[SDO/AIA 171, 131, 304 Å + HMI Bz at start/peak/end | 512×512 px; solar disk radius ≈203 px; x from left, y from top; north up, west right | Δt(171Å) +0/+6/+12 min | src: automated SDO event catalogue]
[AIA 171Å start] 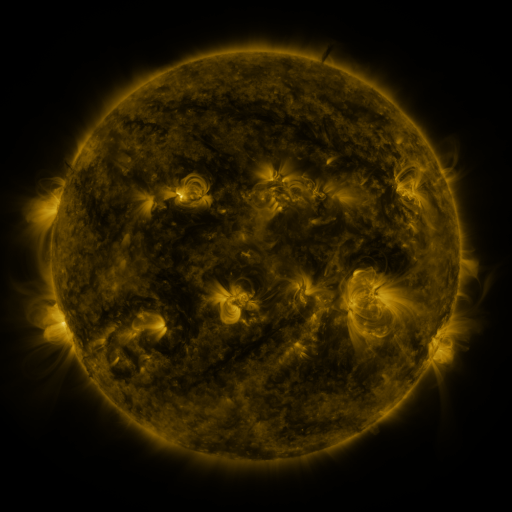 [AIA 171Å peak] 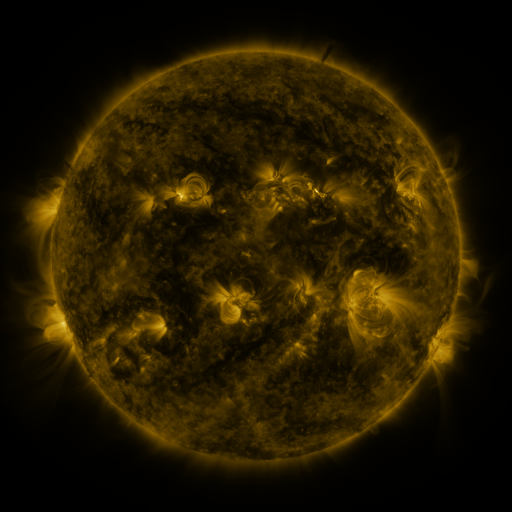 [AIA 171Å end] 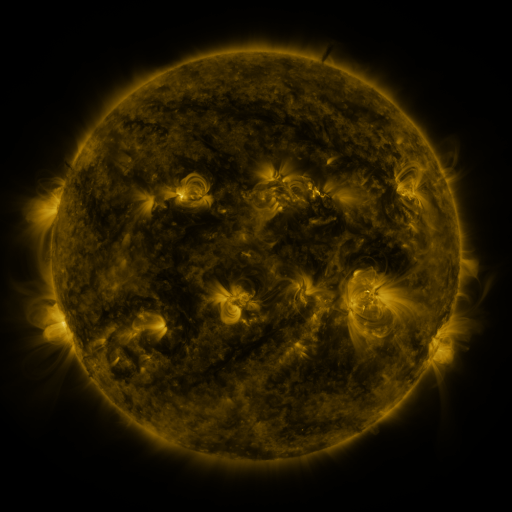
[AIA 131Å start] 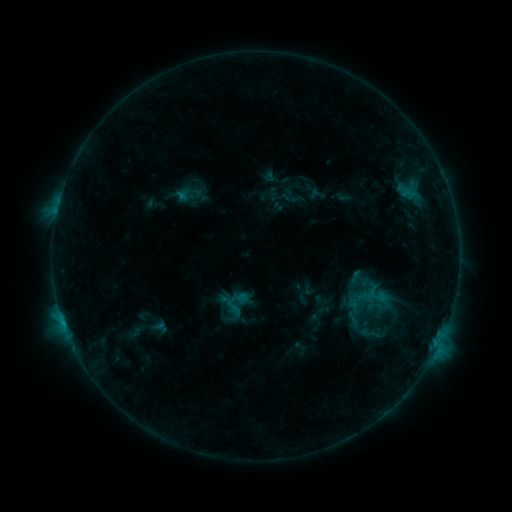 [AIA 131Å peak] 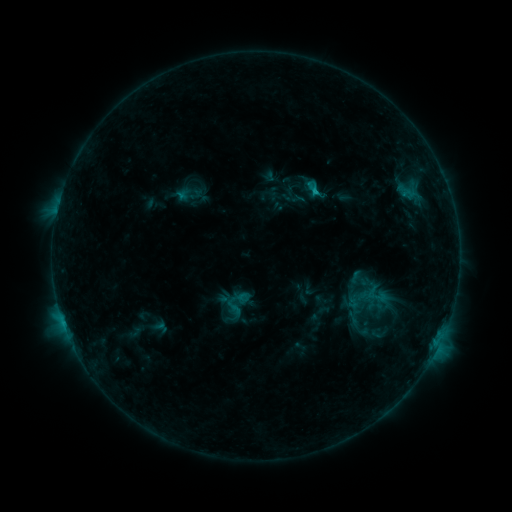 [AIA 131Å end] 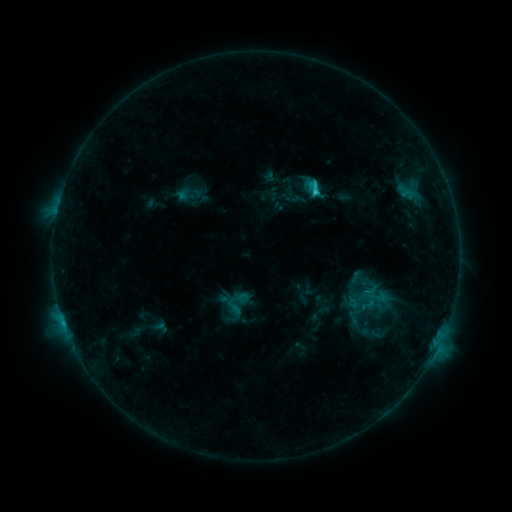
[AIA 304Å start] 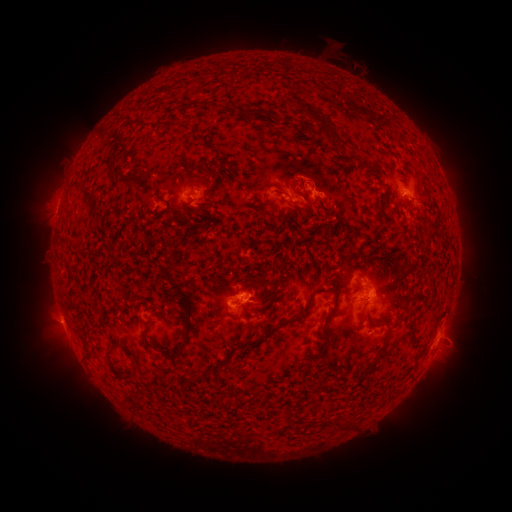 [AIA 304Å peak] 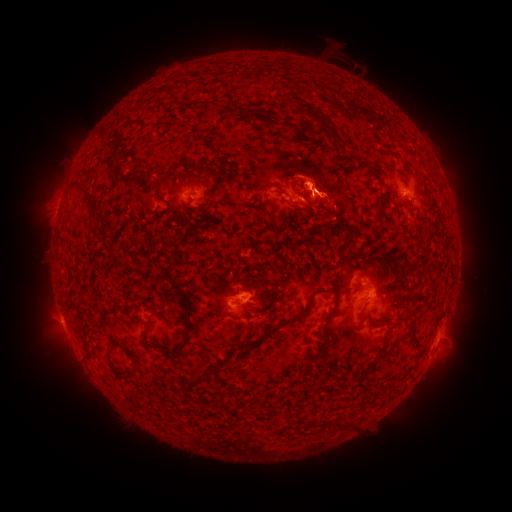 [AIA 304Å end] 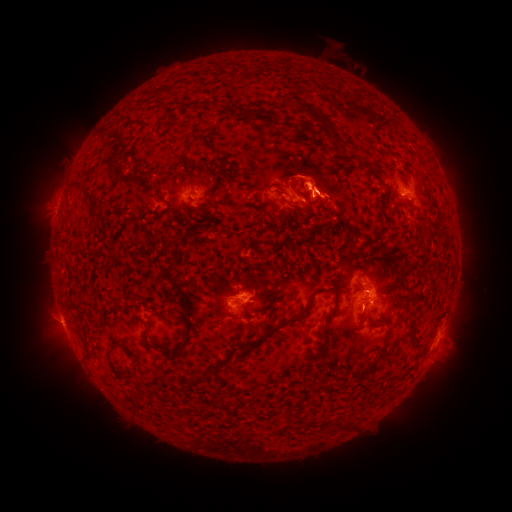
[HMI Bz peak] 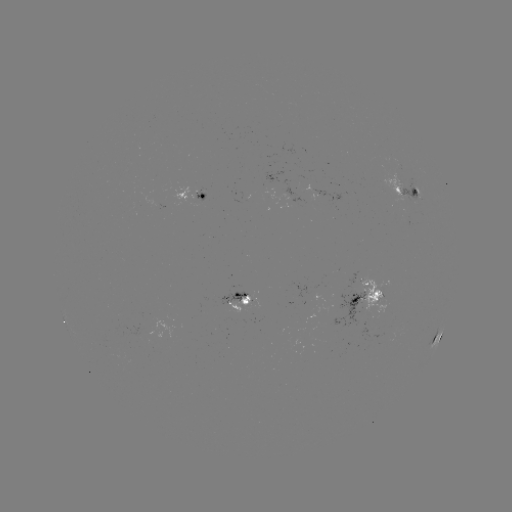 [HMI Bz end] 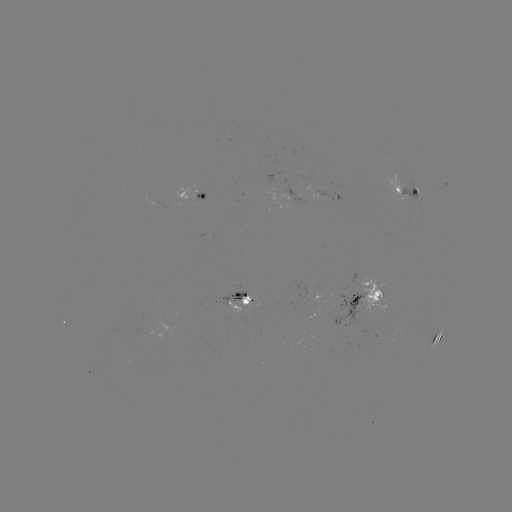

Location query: eruption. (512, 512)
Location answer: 337,191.